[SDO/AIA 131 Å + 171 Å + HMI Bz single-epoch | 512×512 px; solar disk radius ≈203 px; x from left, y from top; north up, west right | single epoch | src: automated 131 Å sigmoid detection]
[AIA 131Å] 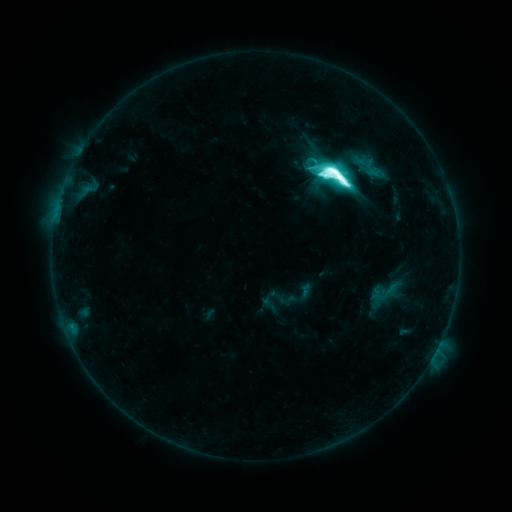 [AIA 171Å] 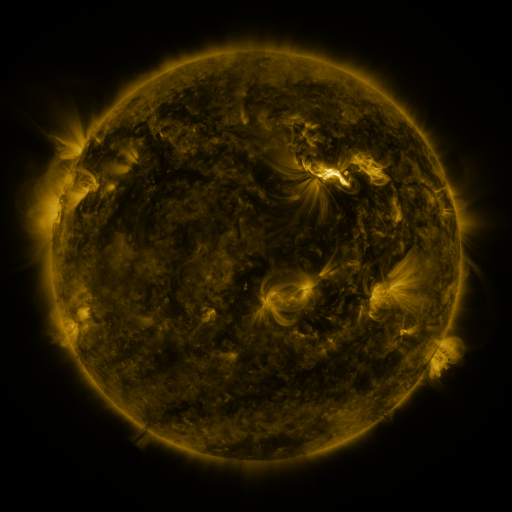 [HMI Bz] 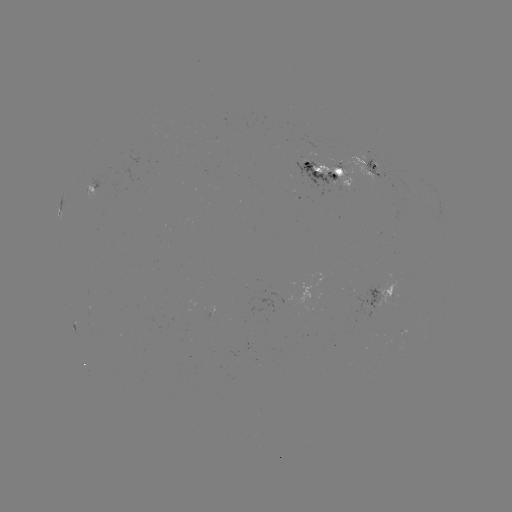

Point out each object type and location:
sigmoid: <bbox>319, 157, 358, 192</bbox>
